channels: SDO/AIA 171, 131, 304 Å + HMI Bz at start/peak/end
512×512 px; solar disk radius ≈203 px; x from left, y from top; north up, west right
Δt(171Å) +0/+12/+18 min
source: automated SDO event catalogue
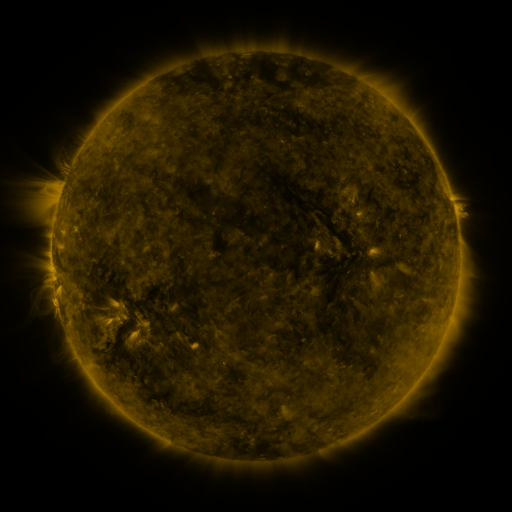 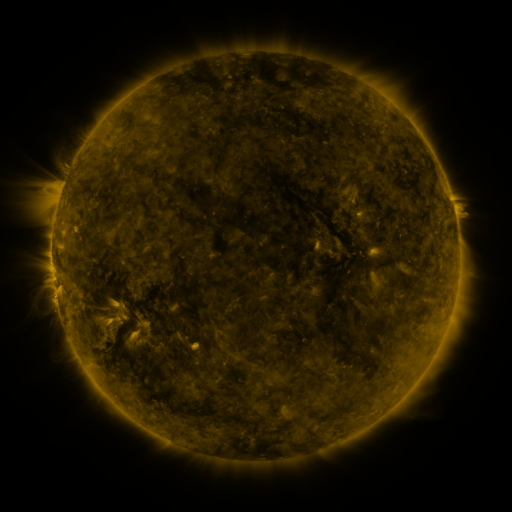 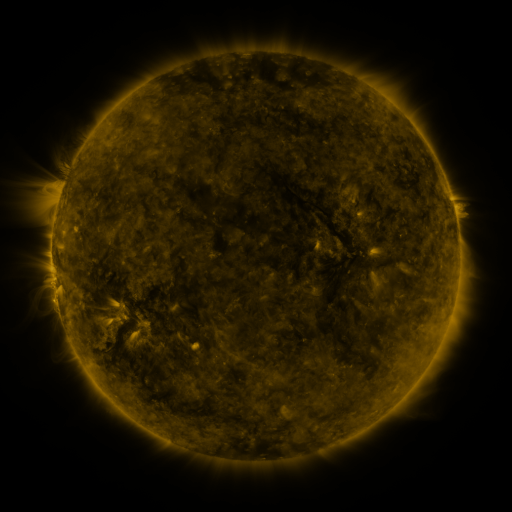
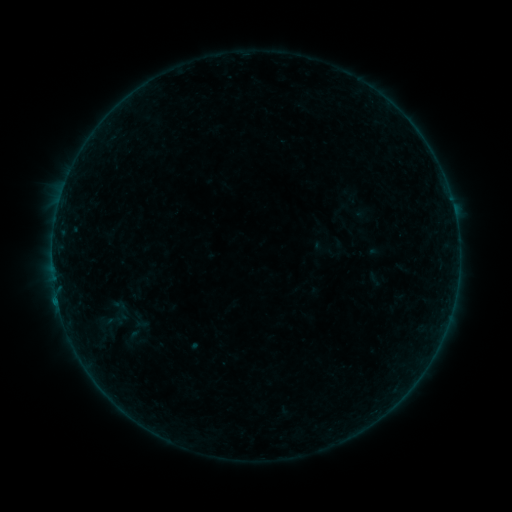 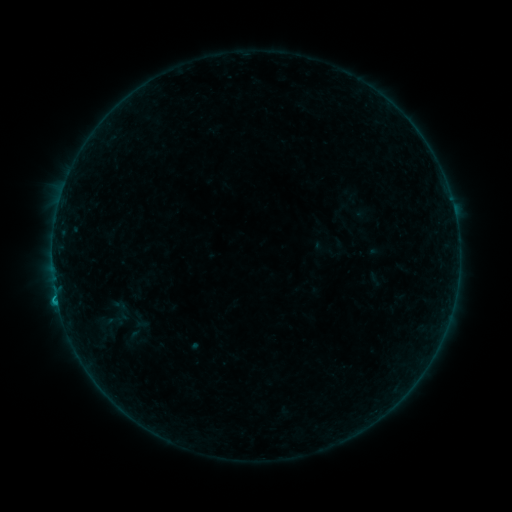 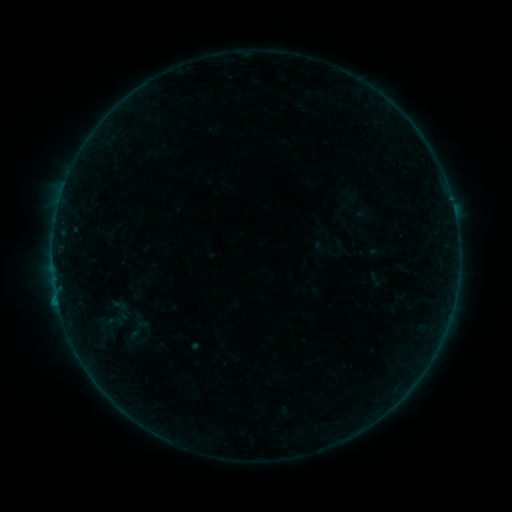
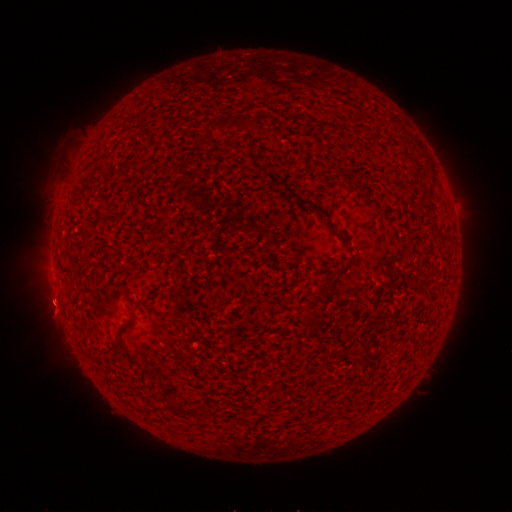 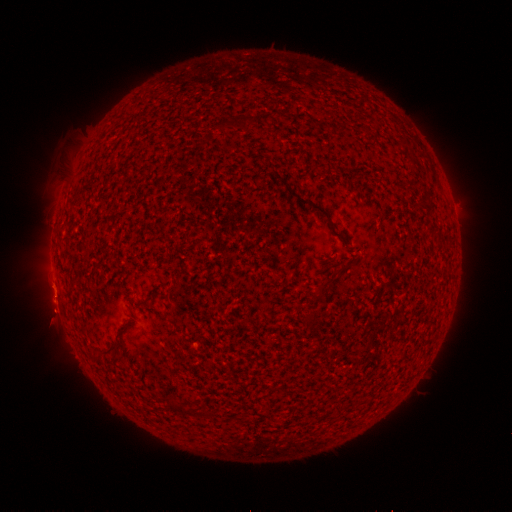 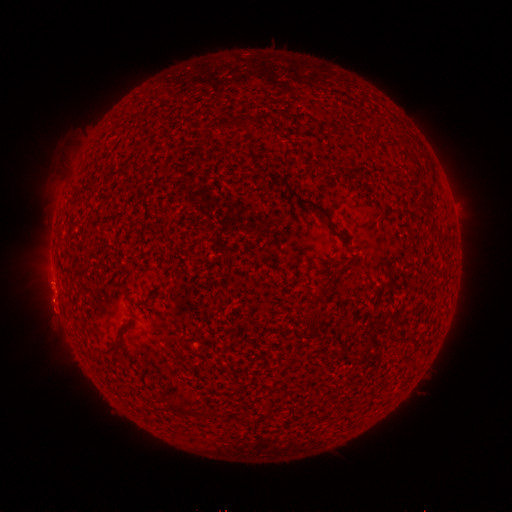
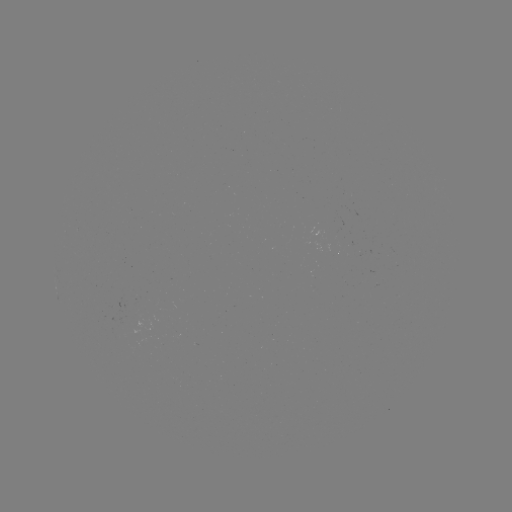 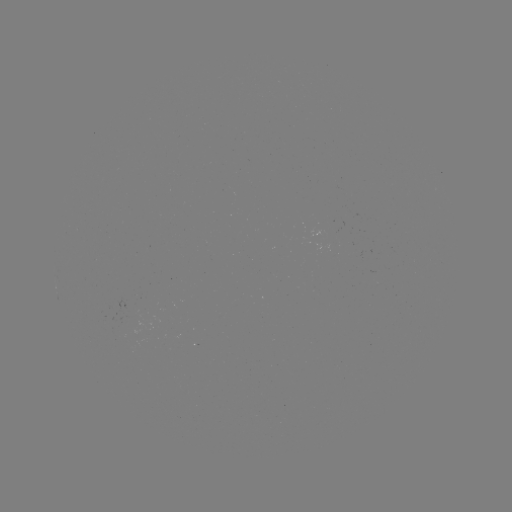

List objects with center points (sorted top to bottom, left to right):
B3.9 flare: (58, 302)
